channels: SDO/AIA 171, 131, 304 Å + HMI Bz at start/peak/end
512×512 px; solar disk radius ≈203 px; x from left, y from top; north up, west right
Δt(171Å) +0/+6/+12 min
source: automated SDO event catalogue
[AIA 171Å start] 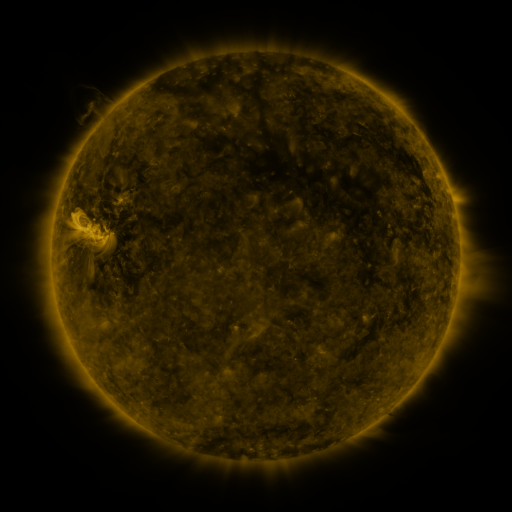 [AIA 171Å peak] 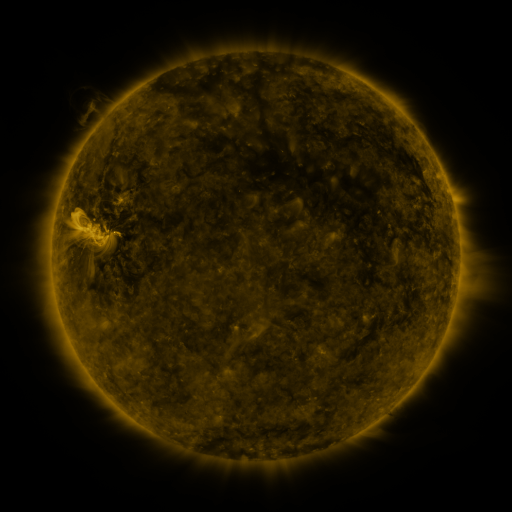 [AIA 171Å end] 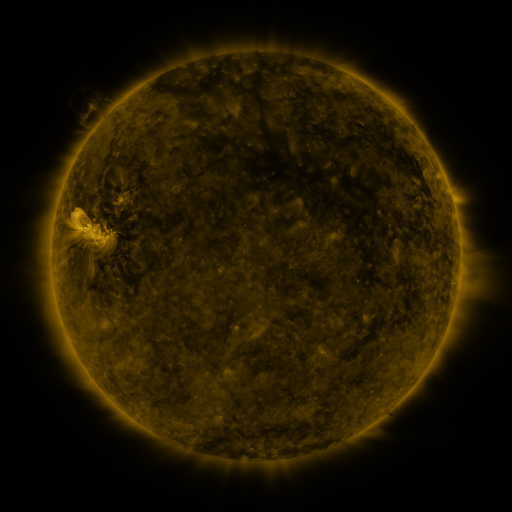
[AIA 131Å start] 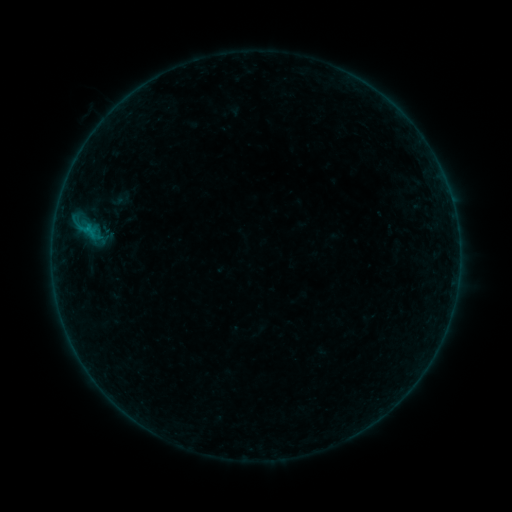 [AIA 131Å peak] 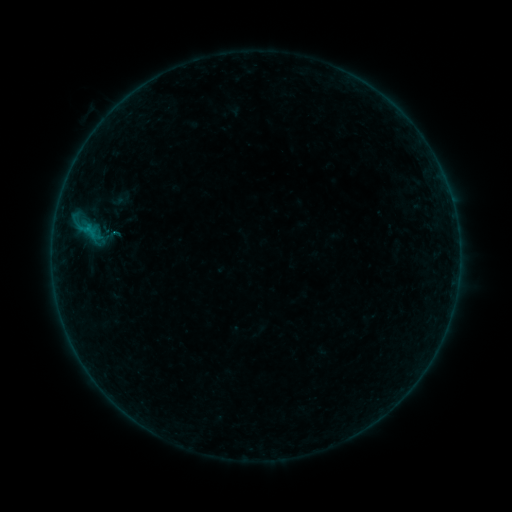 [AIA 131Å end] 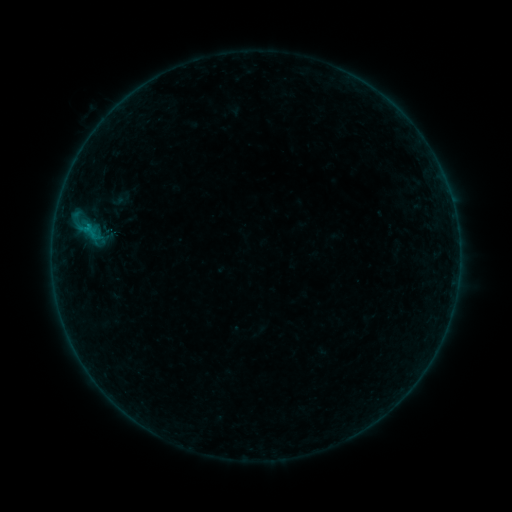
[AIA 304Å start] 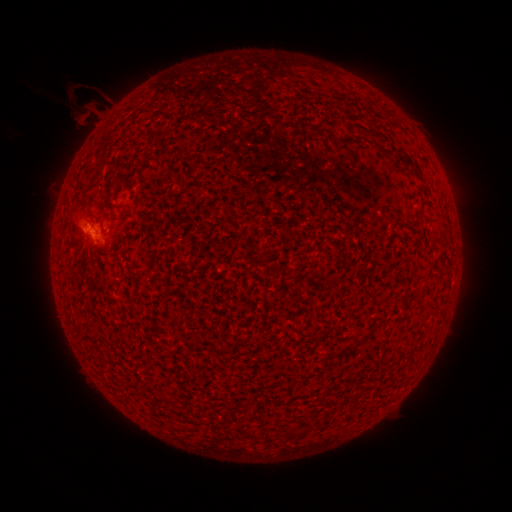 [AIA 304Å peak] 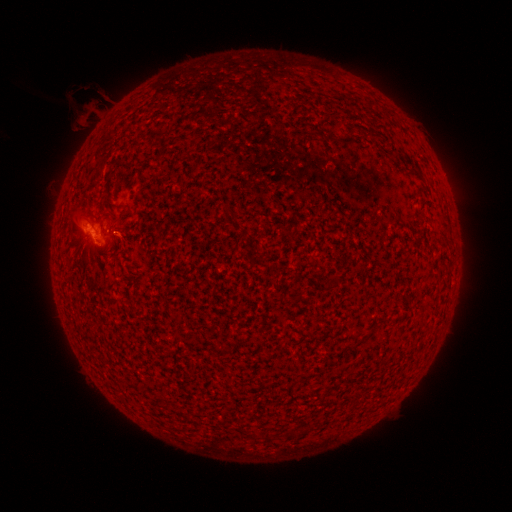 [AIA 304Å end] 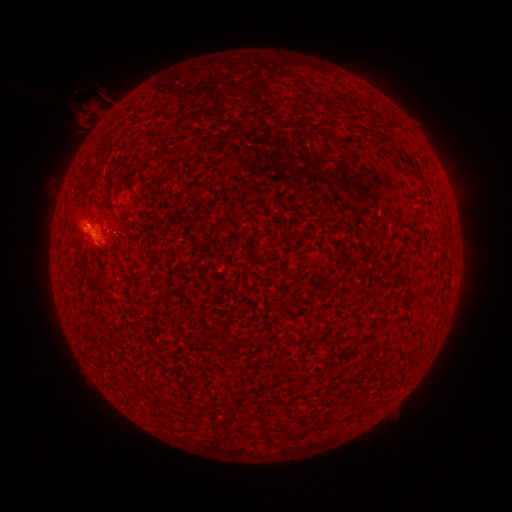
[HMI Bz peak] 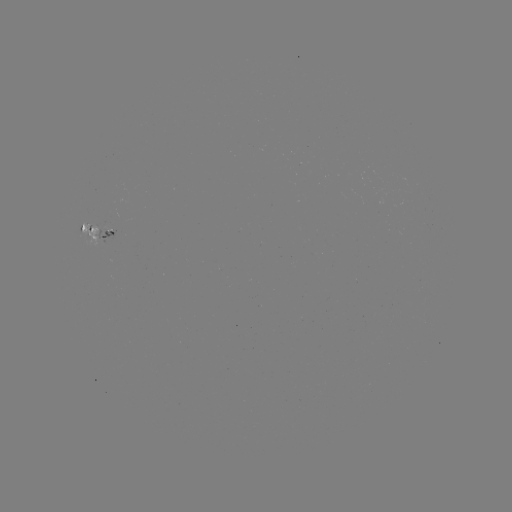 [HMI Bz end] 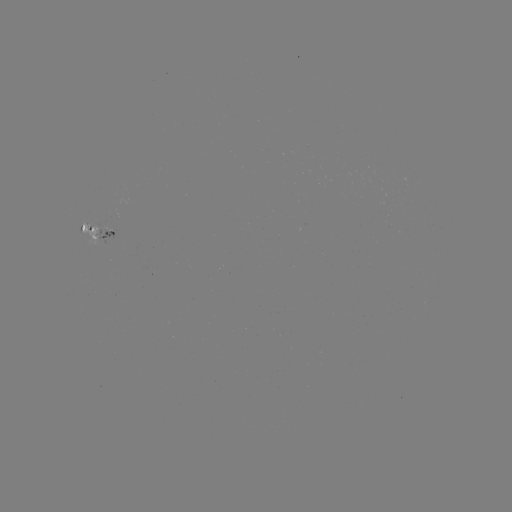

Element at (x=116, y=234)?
B3.2 flare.